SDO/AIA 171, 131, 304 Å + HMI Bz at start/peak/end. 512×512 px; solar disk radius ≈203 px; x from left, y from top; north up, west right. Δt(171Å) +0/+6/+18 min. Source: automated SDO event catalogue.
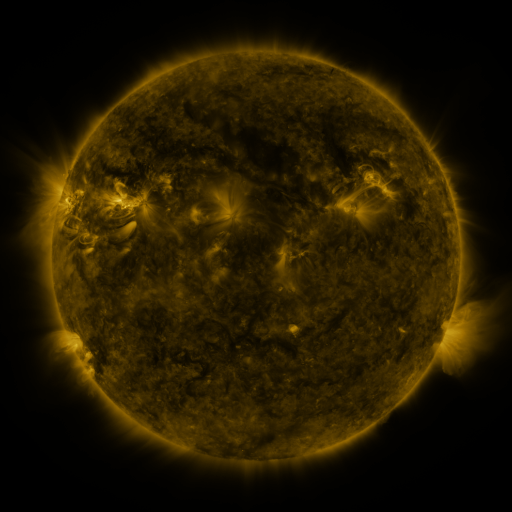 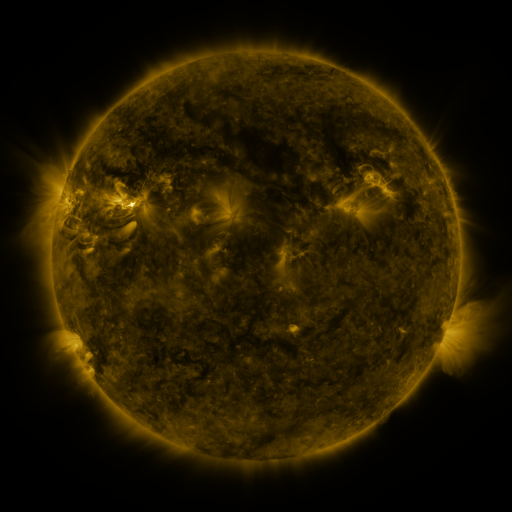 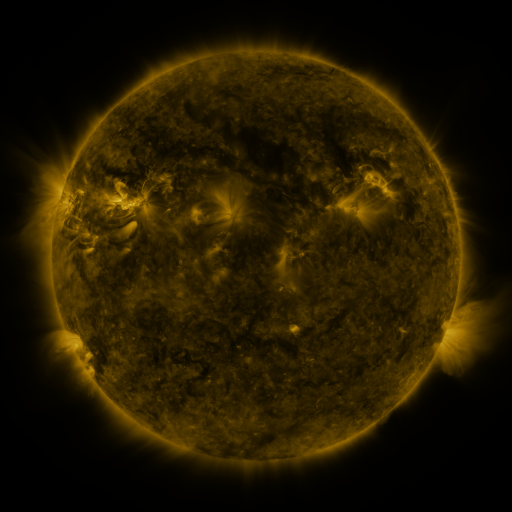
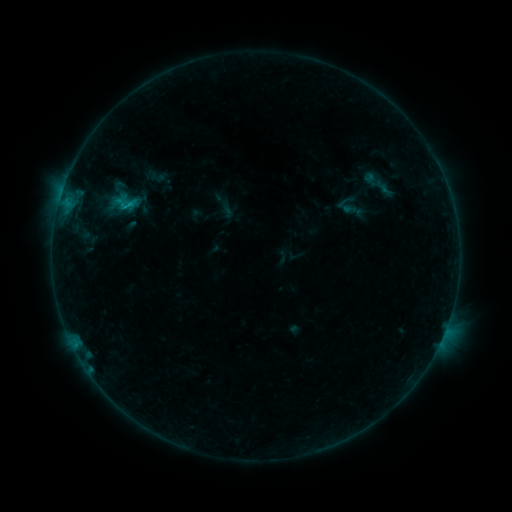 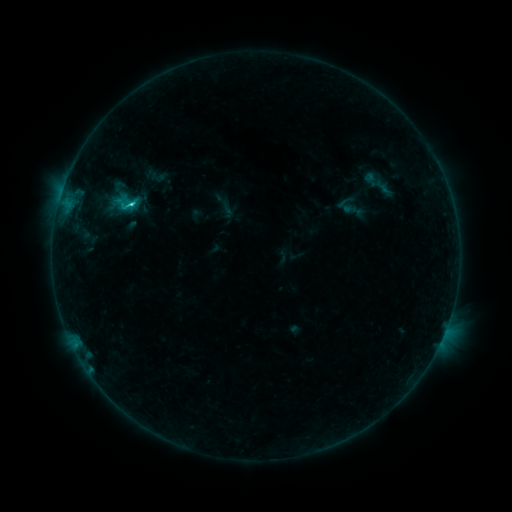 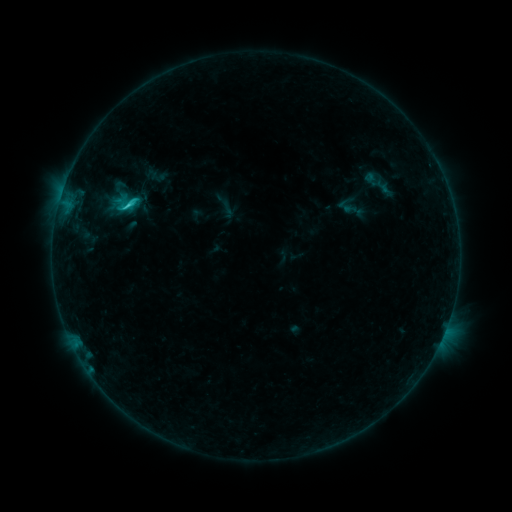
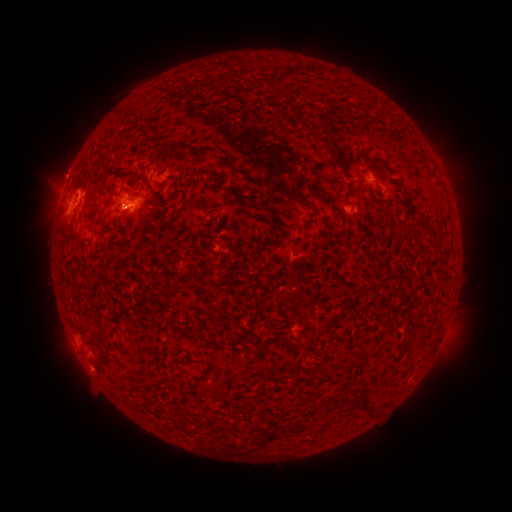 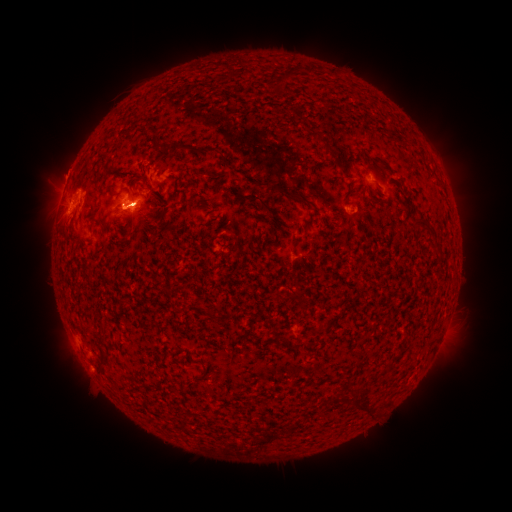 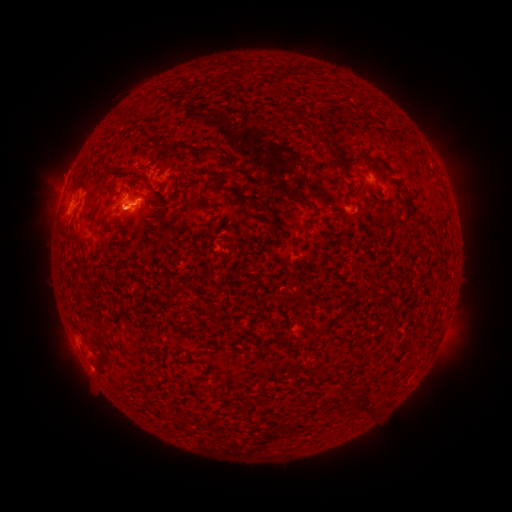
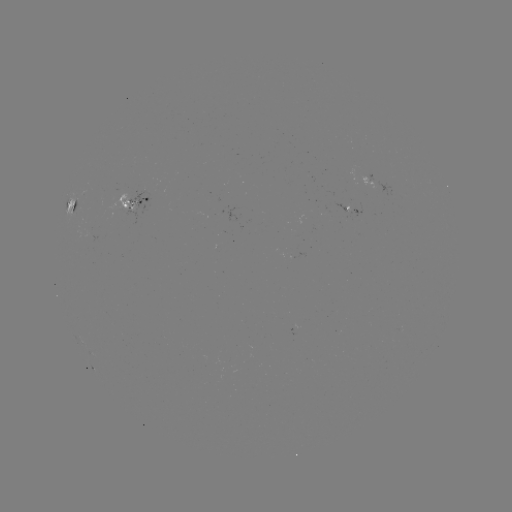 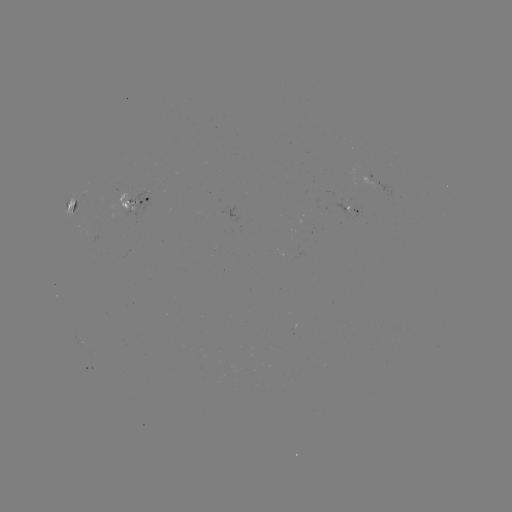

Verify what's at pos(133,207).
C3.0 flare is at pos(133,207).